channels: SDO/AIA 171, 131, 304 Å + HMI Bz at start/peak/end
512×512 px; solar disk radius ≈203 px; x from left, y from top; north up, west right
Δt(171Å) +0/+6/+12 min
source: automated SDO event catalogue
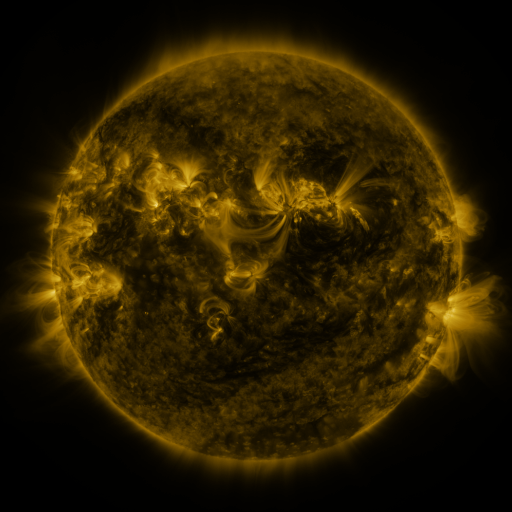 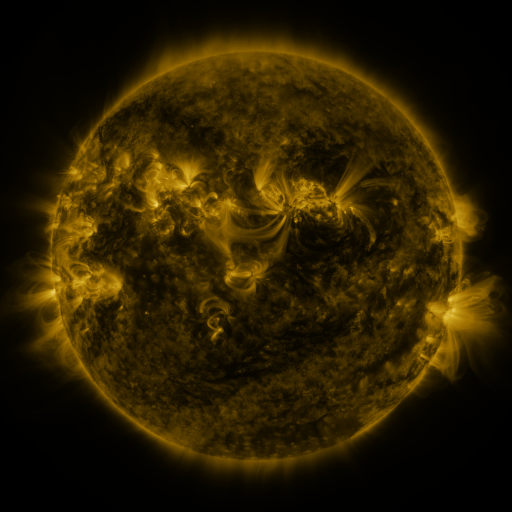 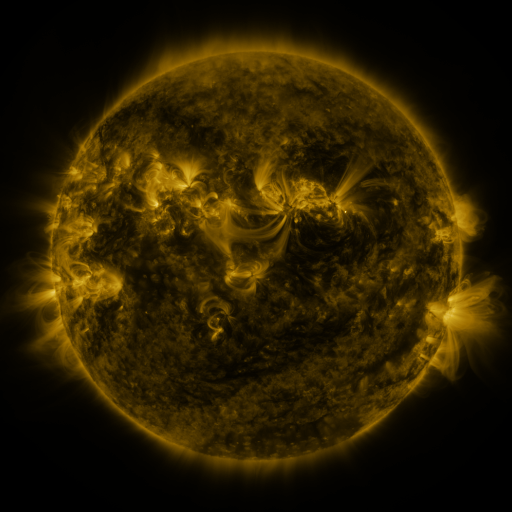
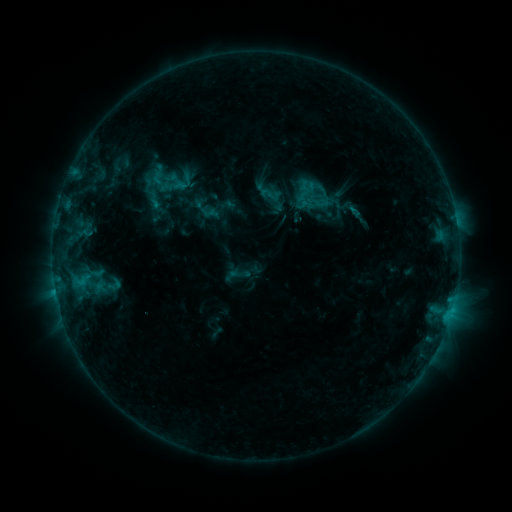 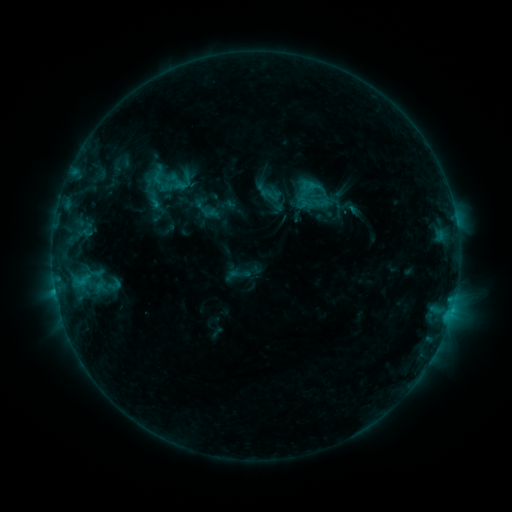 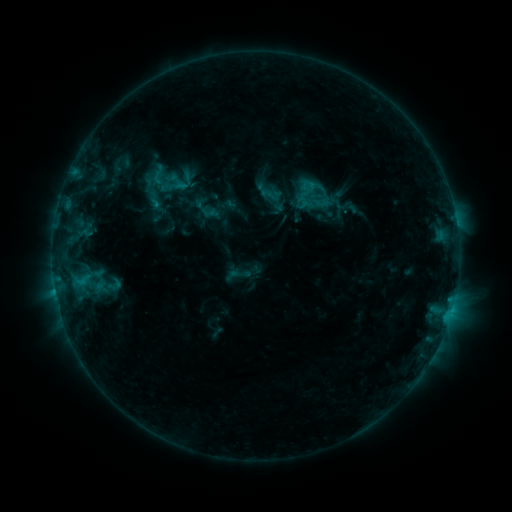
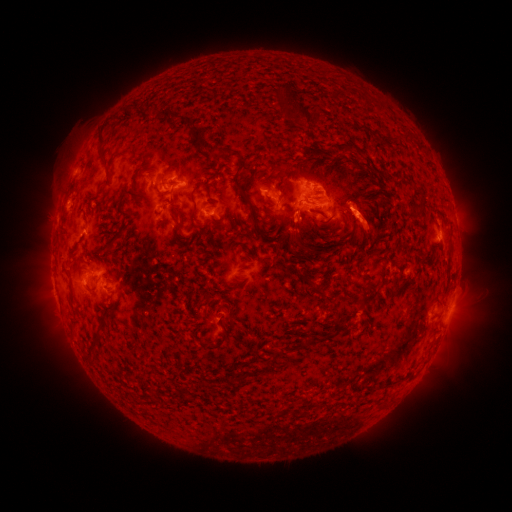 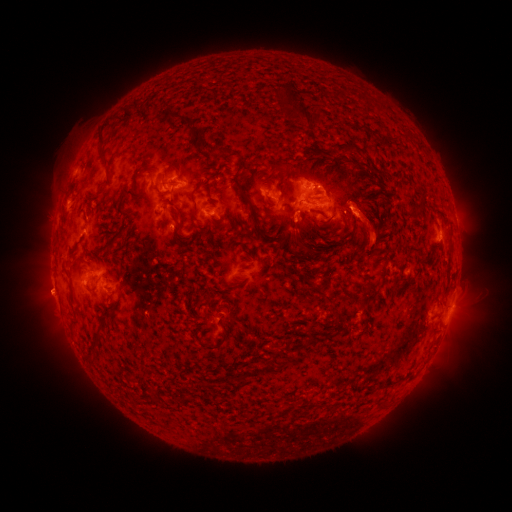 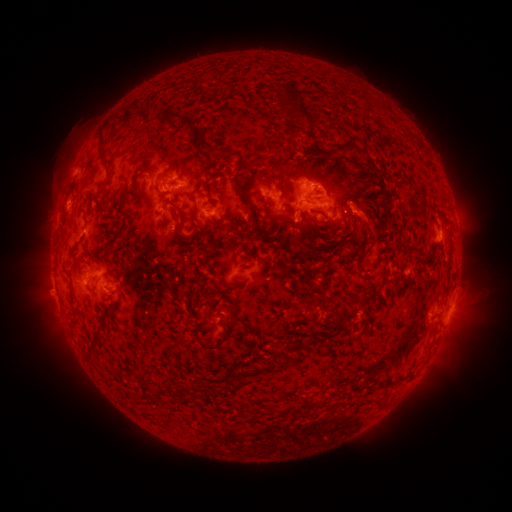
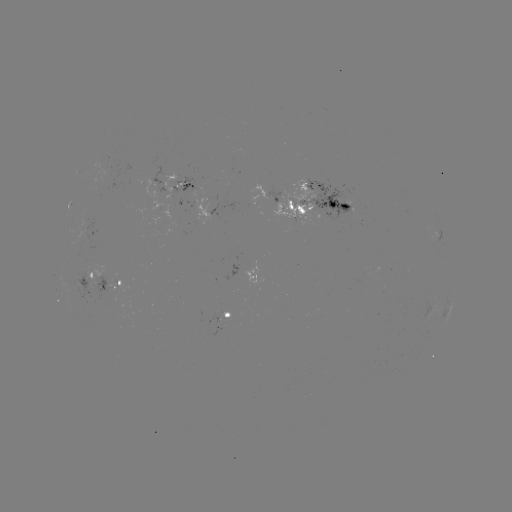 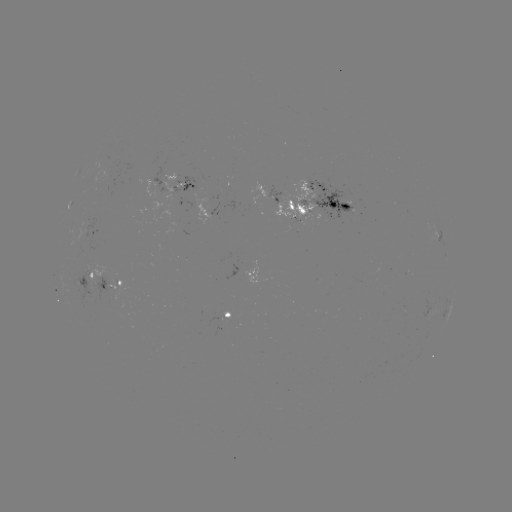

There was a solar eruption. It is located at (48, 293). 